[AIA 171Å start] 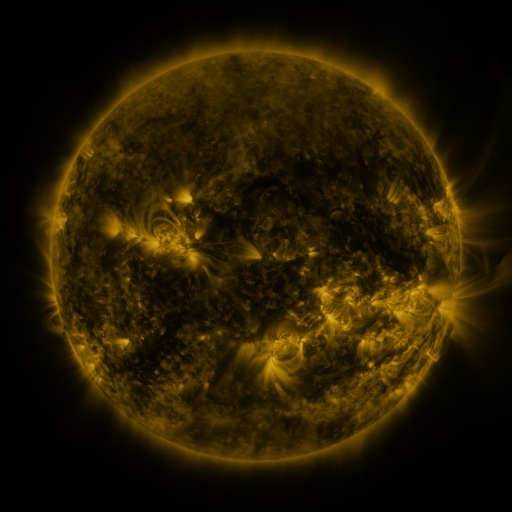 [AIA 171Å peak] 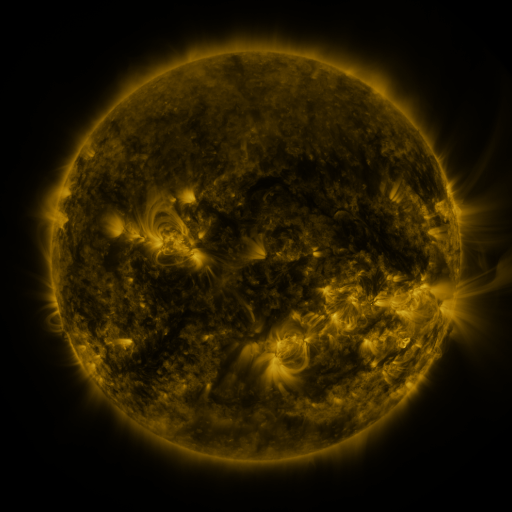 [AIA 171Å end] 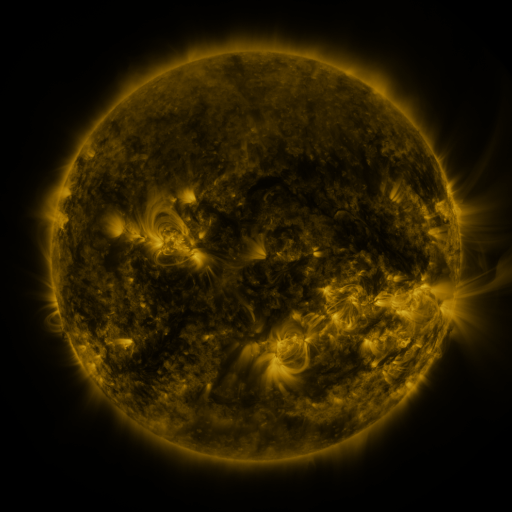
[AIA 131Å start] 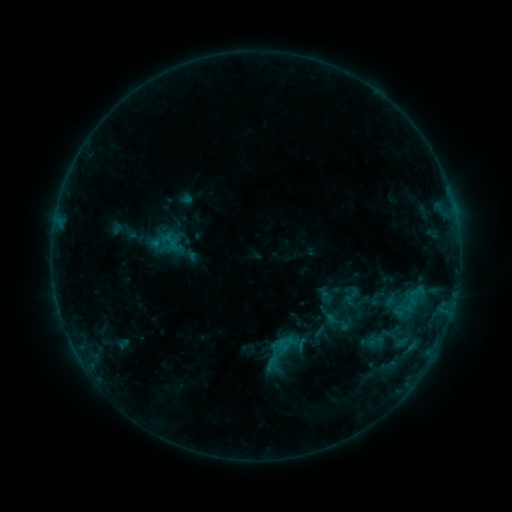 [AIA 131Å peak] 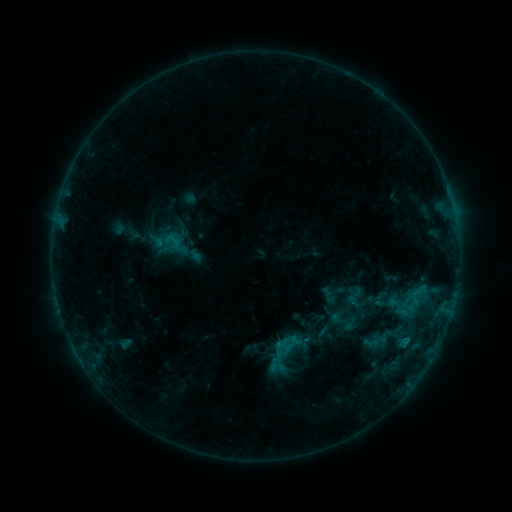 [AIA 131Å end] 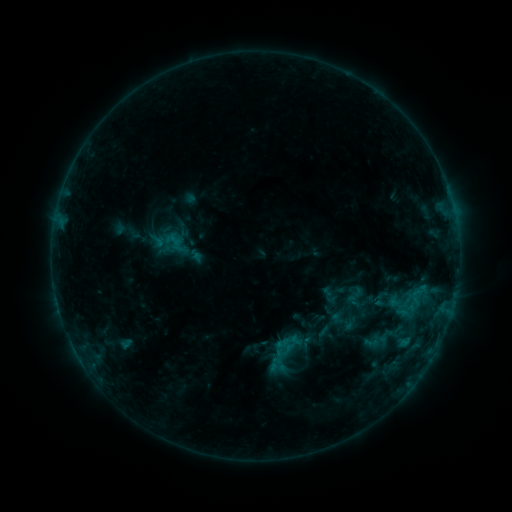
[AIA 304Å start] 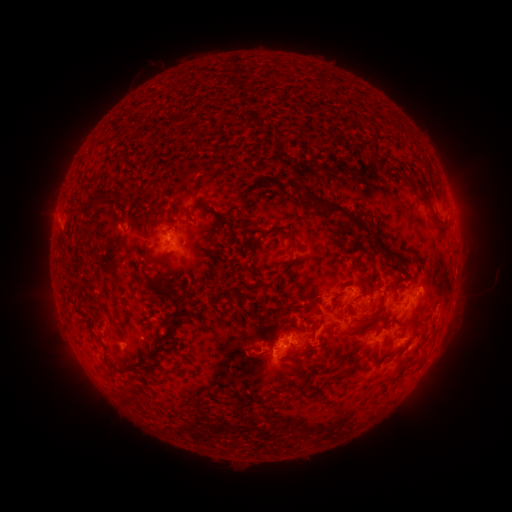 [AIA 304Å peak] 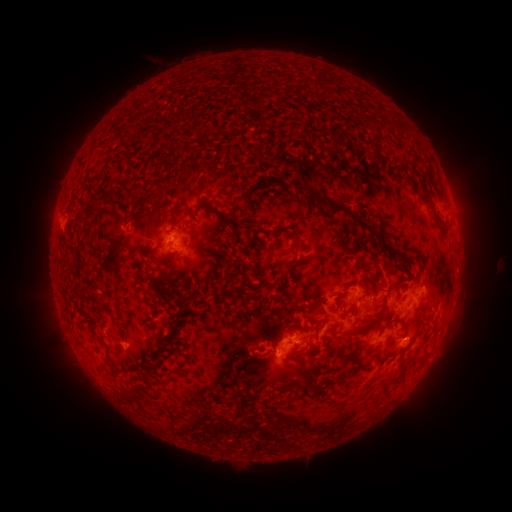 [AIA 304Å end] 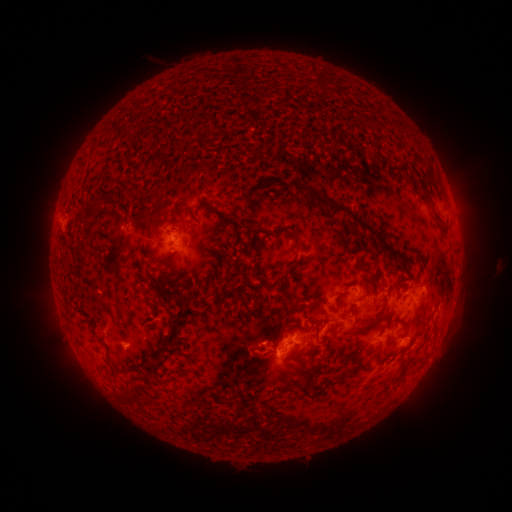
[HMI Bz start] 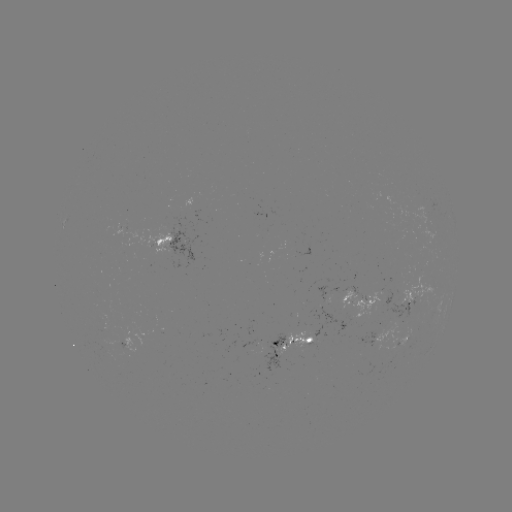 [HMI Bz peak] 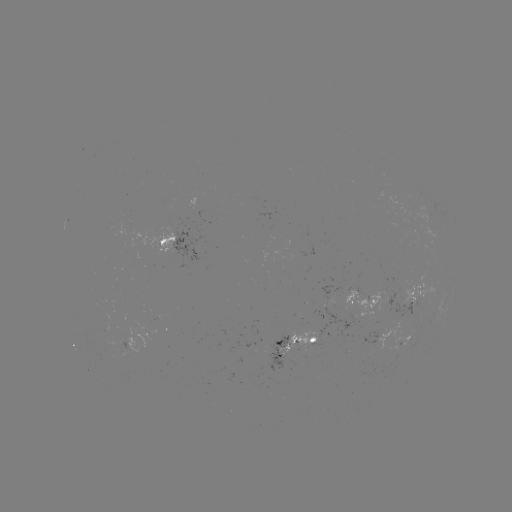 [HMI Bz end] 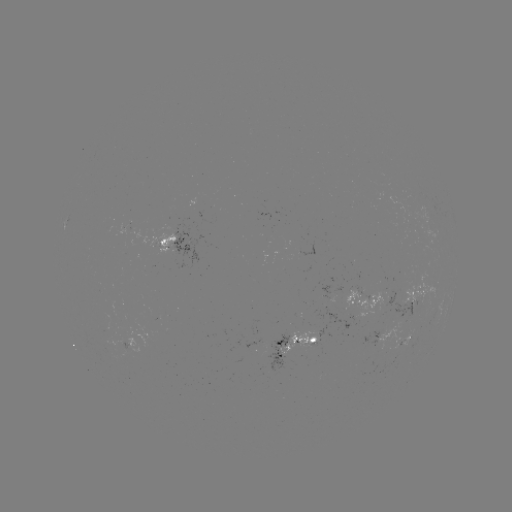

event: emerging-flux region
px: (270, 351)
